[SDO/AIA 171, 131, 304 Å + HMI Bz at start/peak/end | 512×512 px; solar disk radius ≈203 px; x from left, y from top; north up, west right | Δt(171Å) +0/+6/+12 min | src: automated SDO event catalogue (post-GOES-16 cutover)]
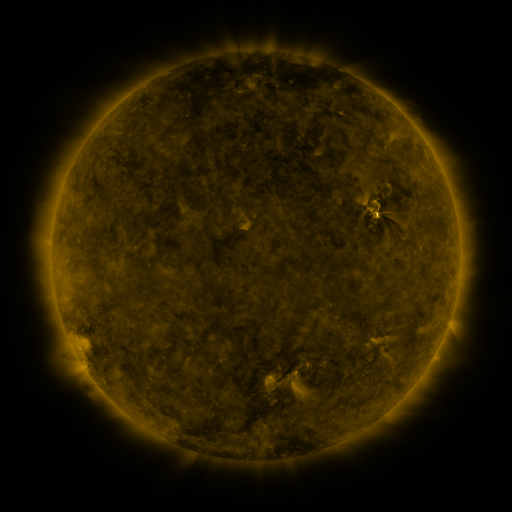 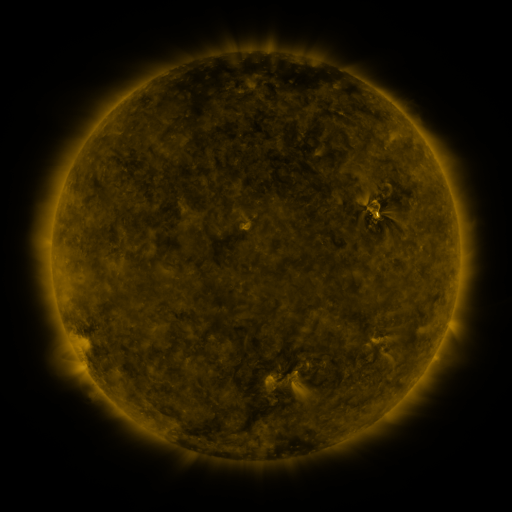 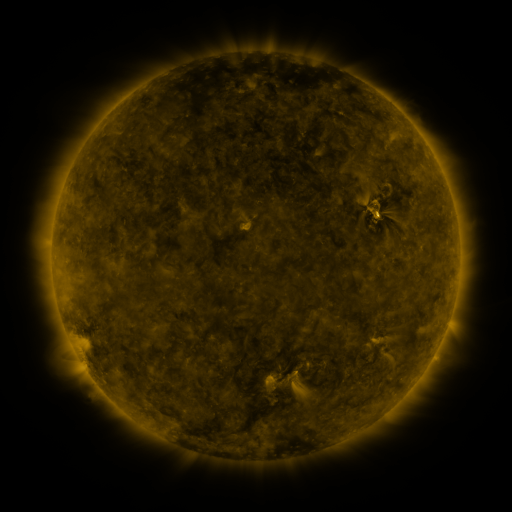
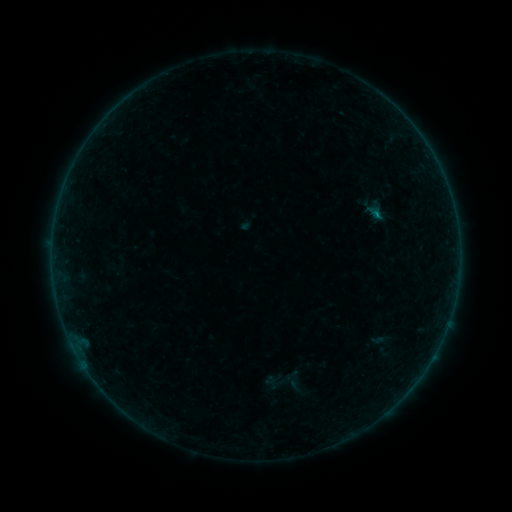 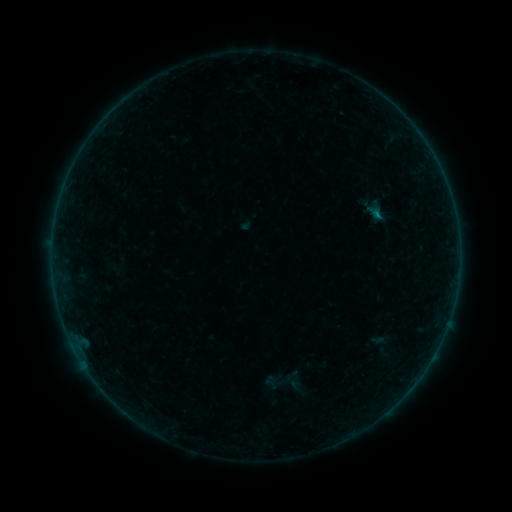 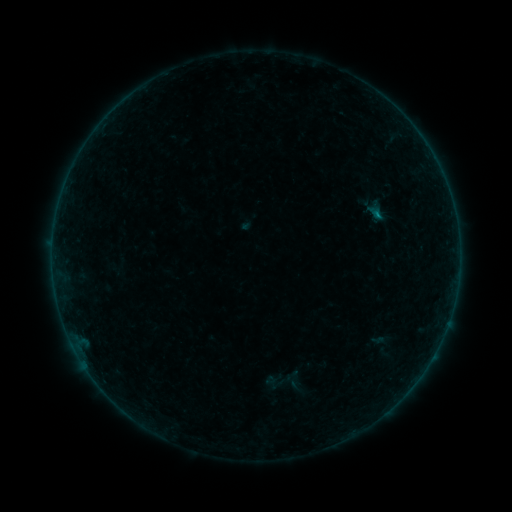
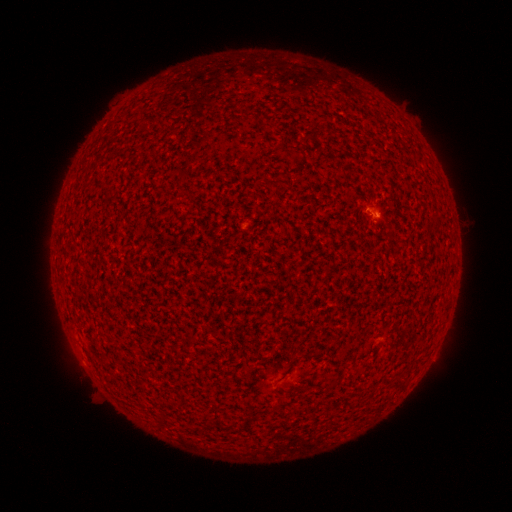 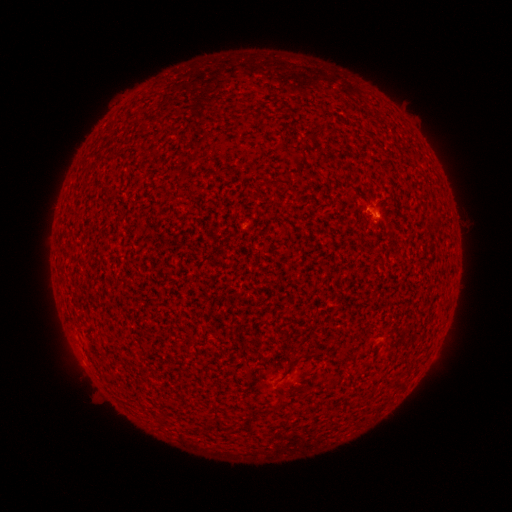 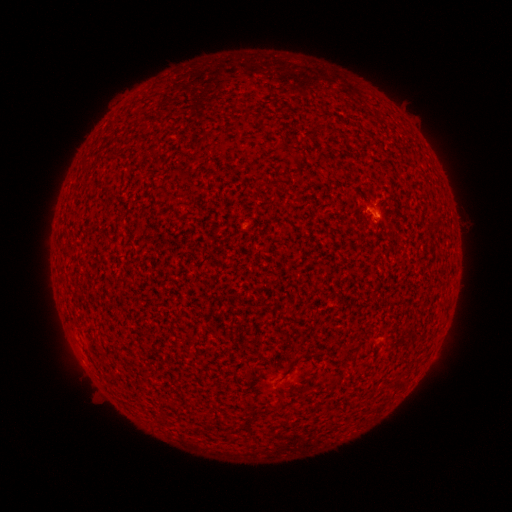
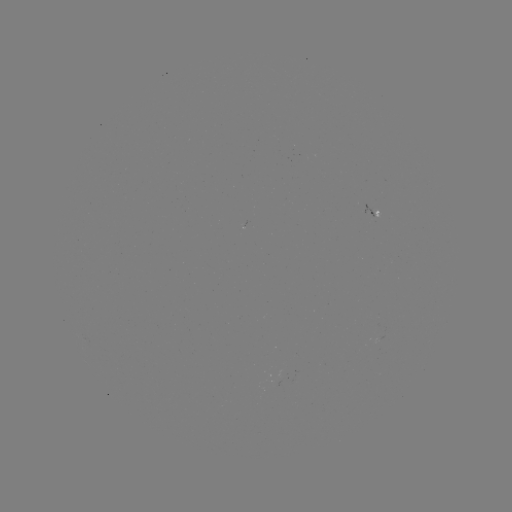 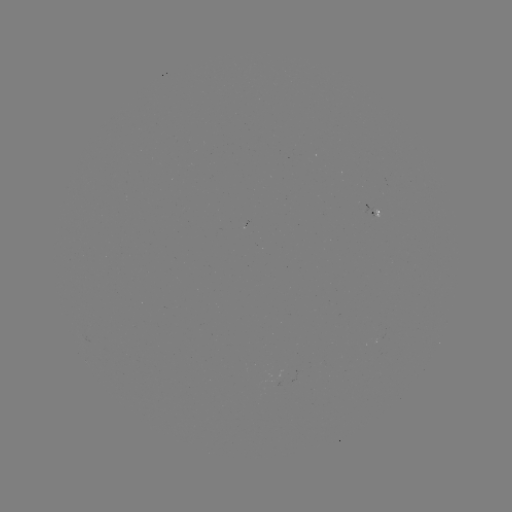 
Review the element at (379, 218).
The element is B2.4 flare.